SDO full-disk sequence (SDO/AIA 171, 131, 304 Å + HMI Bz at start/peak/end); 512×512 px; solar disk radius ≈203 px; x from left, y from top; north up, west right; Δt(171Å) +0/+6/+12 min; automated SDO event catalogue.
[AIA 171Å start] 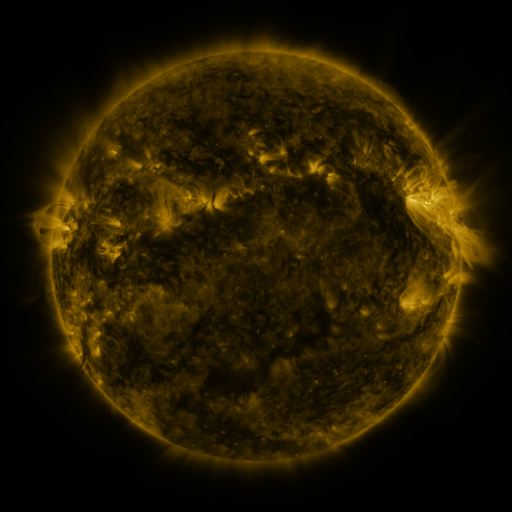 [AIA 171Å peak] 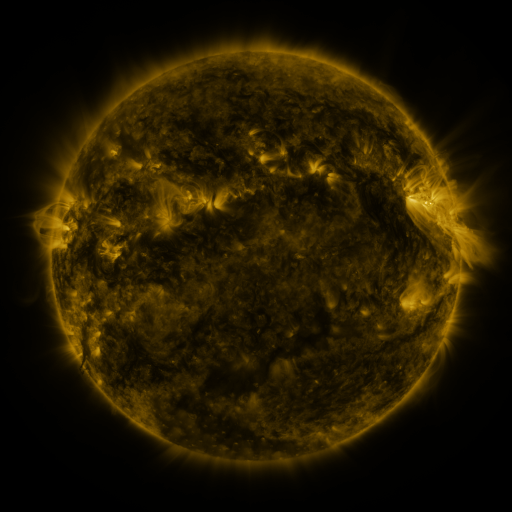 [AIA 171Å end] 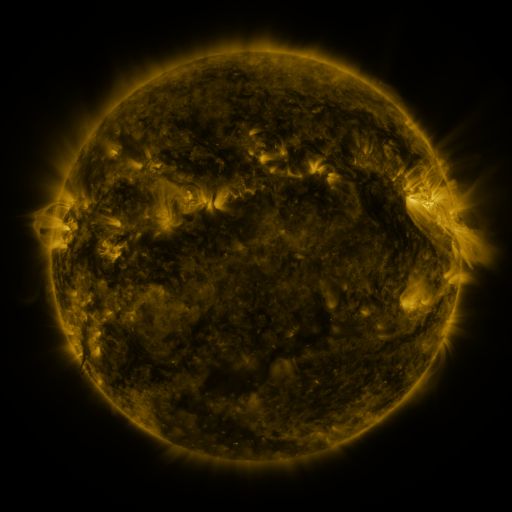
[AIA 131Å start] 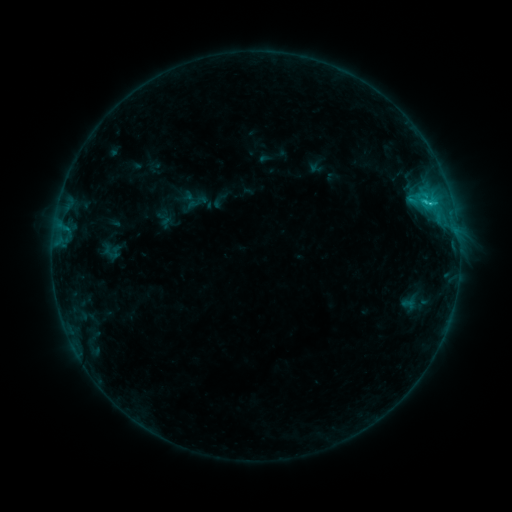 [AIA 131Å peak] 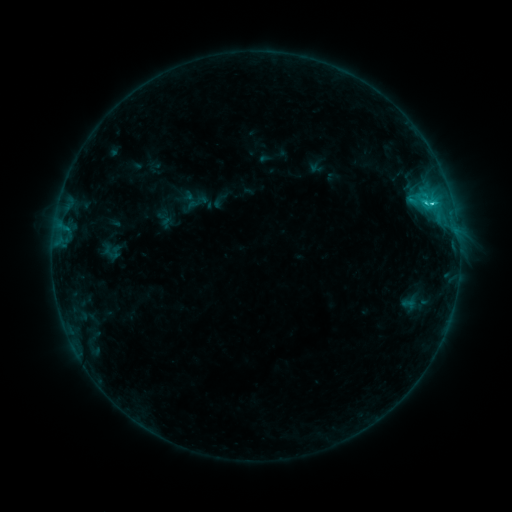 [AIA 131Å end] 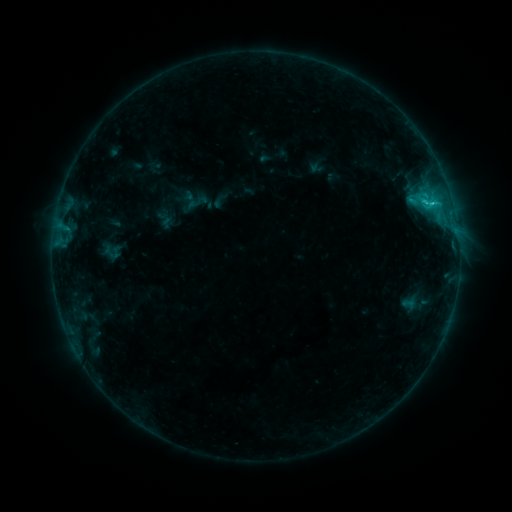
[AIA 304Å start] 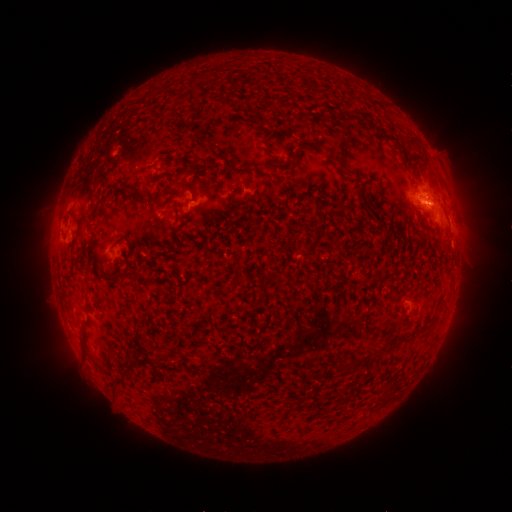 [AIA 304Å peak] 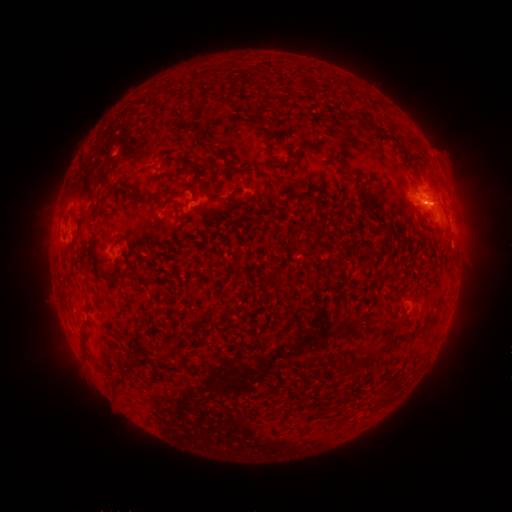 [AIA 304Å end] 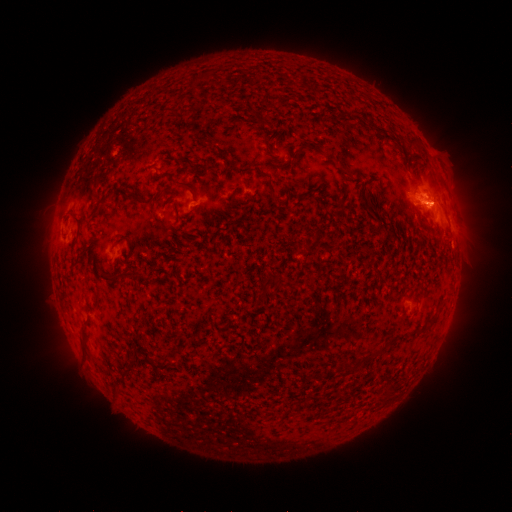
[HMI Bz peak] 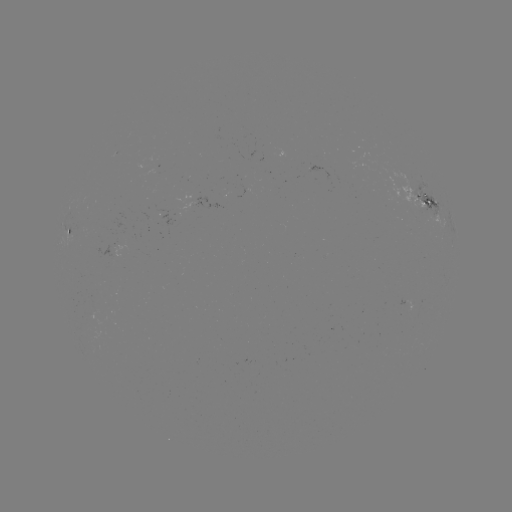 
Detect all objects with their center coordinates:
C1.6 flare: (432, 206)
